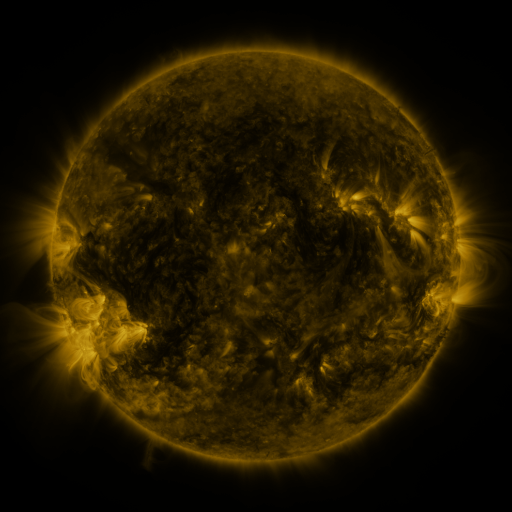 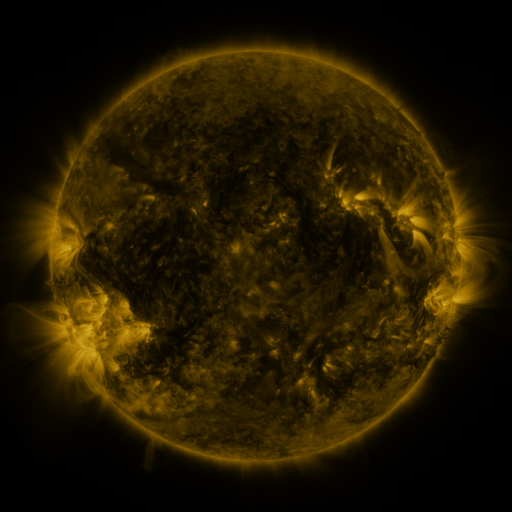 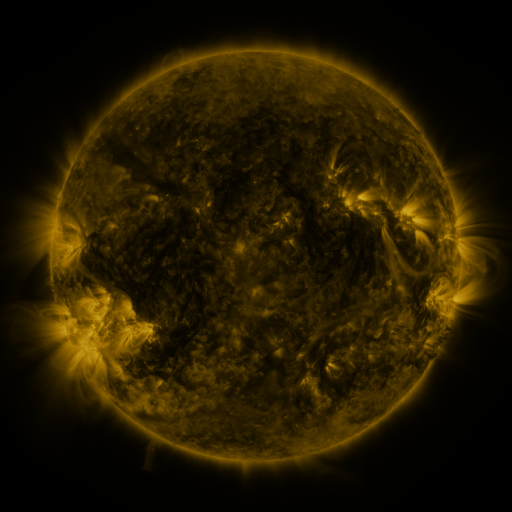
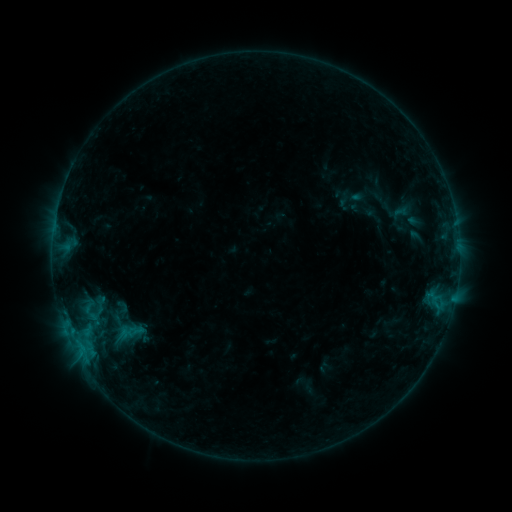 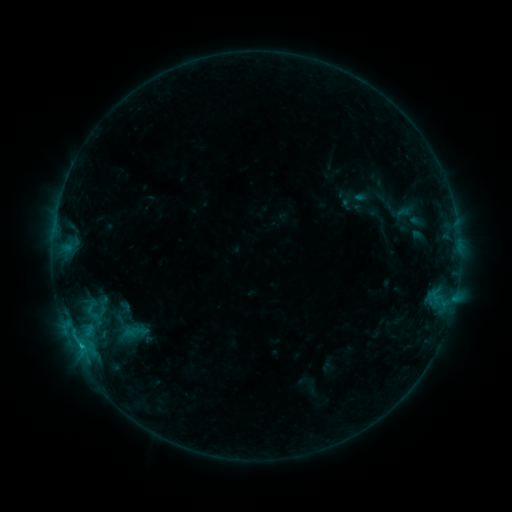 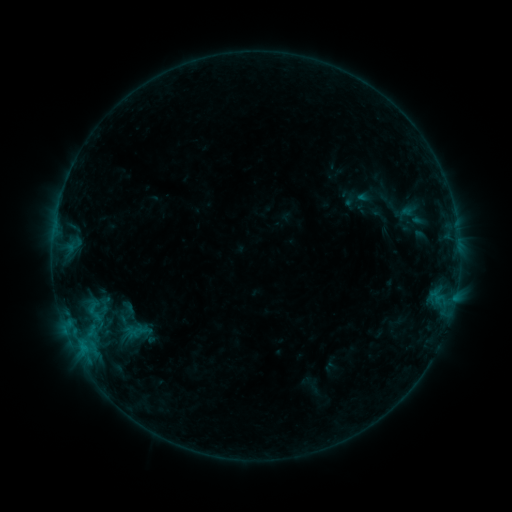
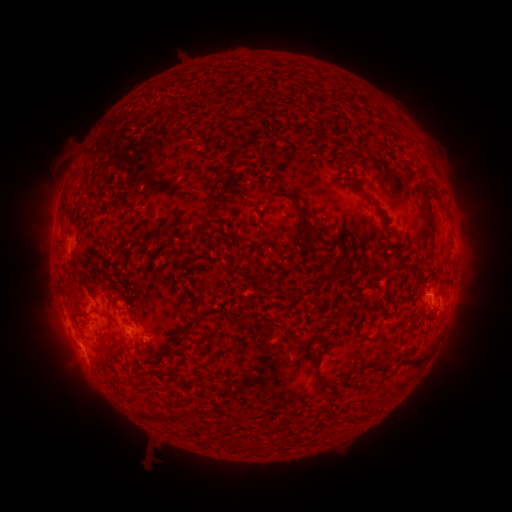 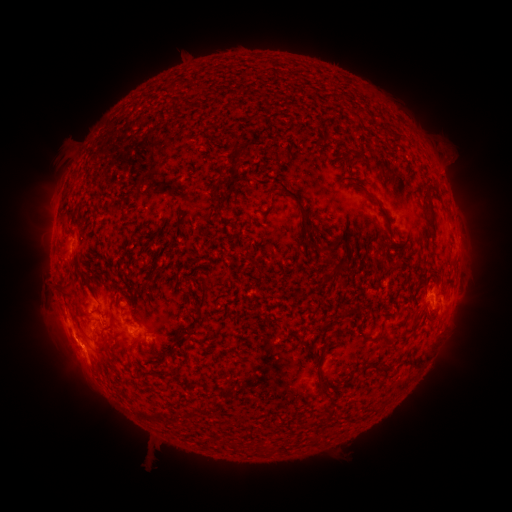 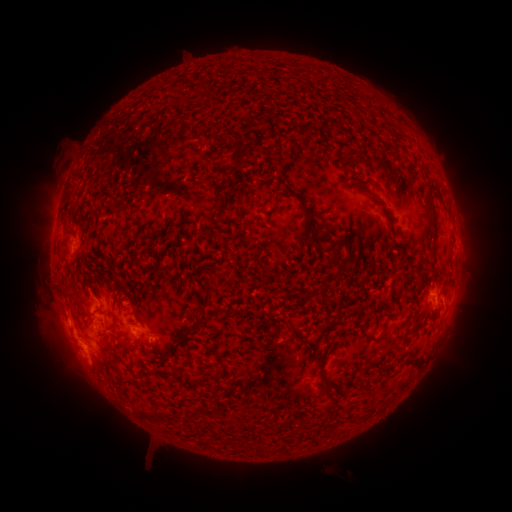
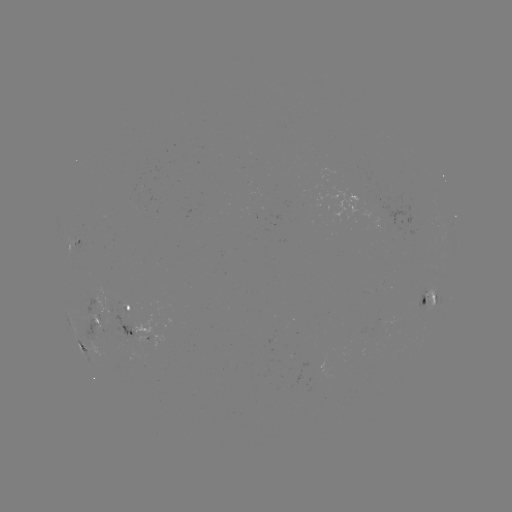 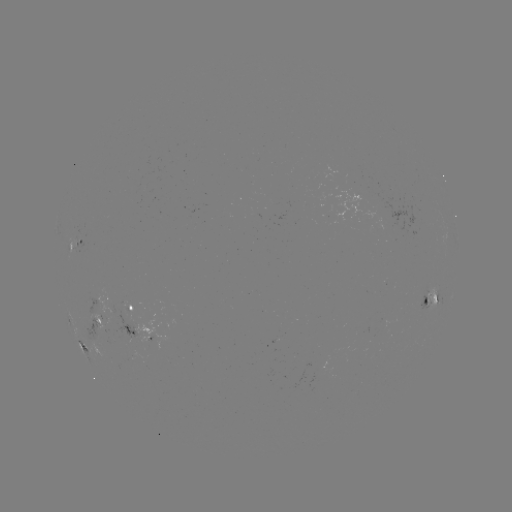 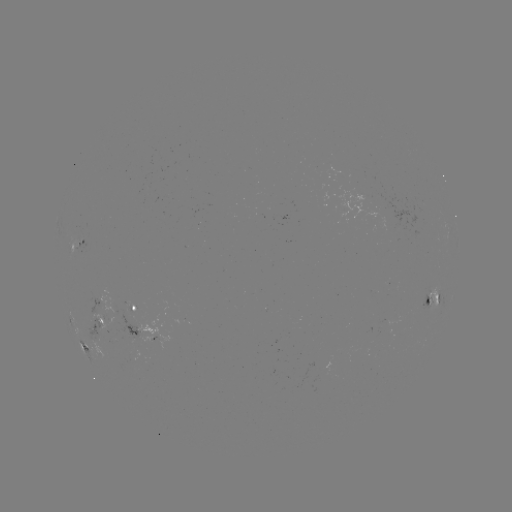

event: filament eruption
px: (447, 148)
